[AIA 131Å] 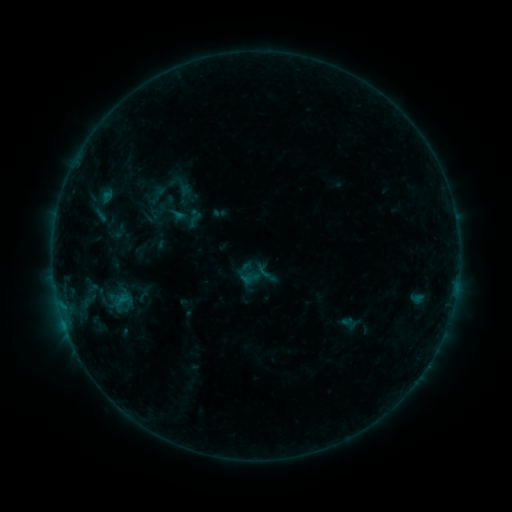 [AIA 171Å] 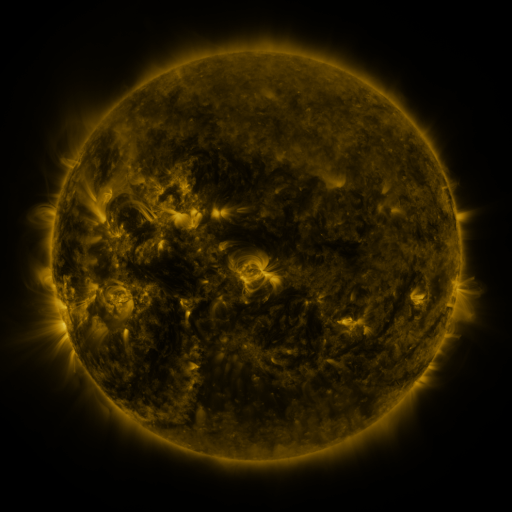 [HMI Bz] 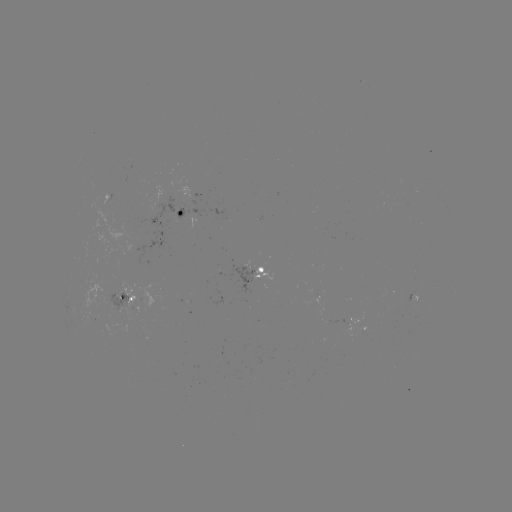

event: sigmoid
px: (255, 274)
